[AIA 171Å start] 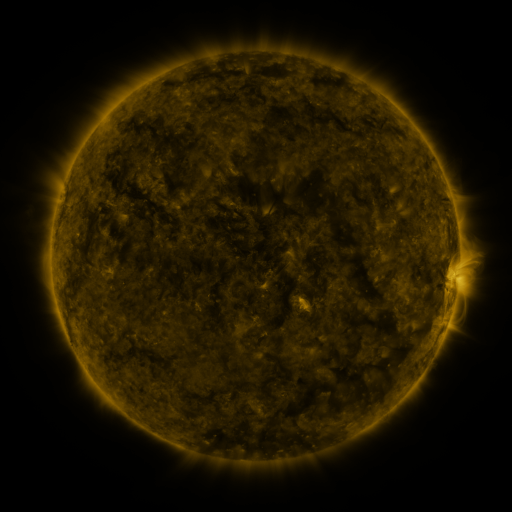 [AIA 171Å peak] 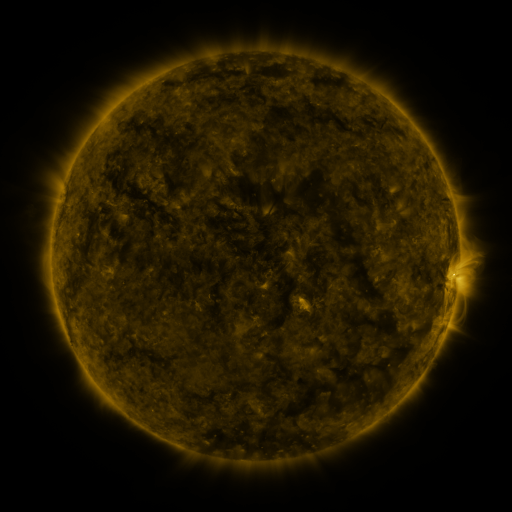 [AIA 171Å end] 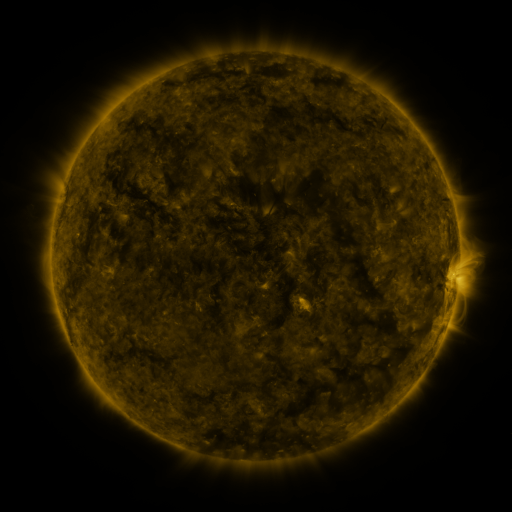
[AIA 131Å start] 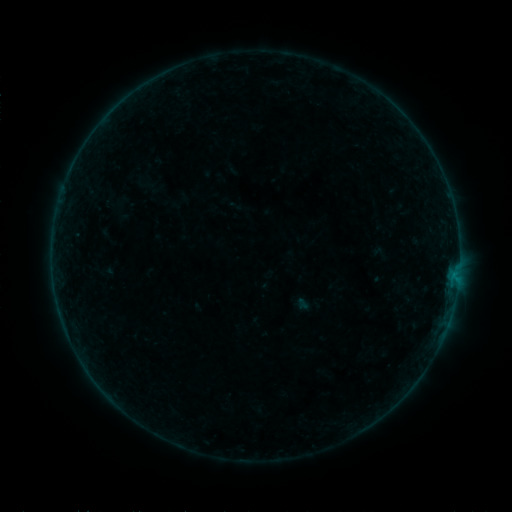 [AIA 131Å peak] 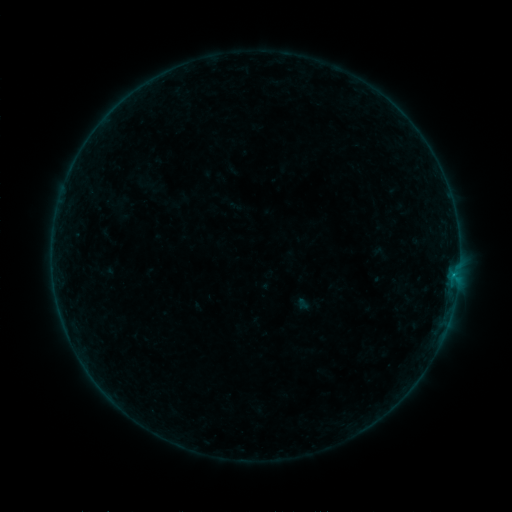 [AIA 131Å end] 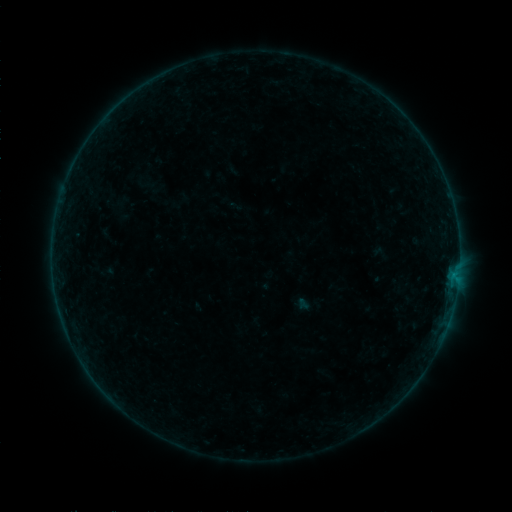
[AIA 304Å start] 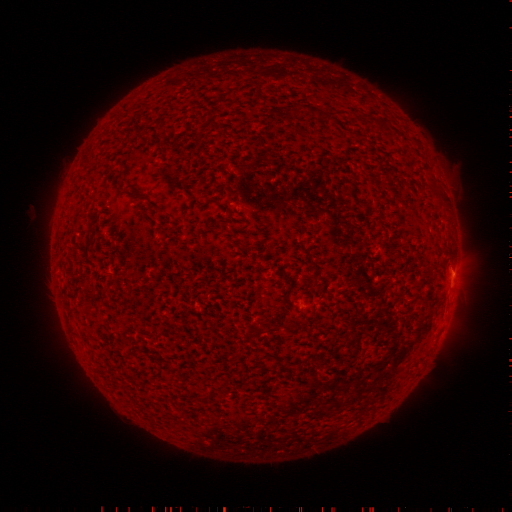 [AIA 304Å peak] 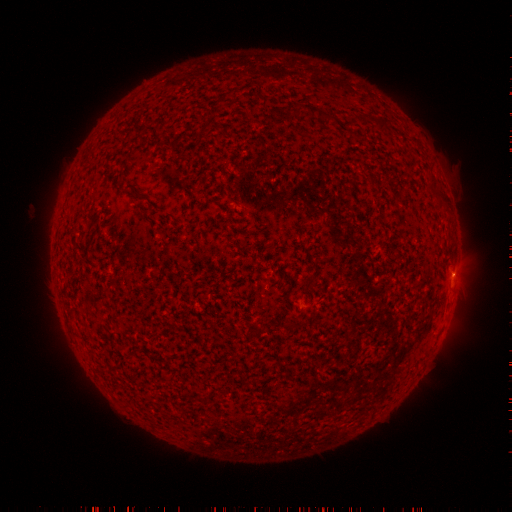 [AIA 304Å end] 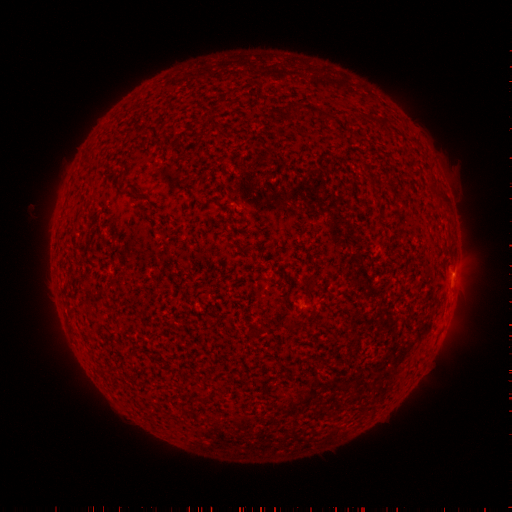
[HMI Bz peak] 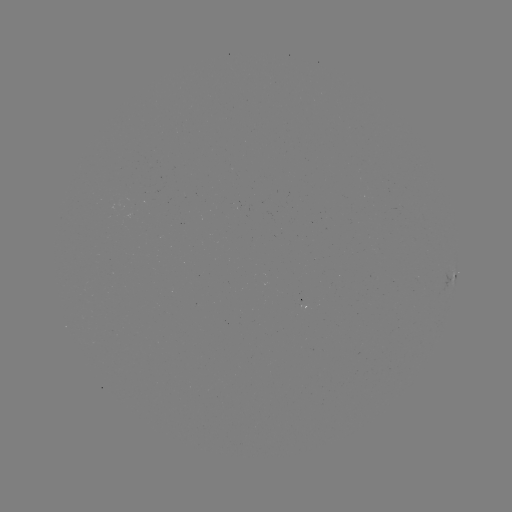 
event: flare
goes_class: B1.5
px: (453, 273)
